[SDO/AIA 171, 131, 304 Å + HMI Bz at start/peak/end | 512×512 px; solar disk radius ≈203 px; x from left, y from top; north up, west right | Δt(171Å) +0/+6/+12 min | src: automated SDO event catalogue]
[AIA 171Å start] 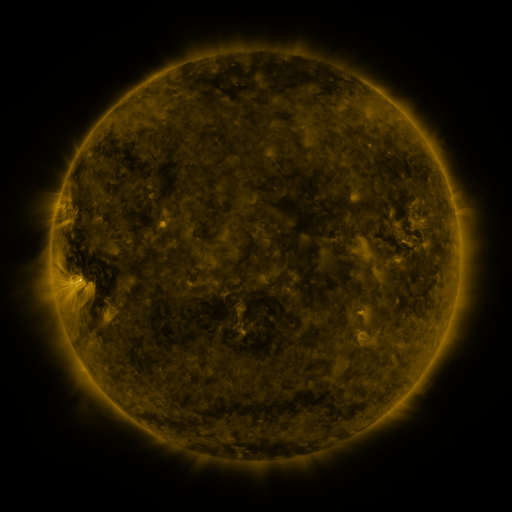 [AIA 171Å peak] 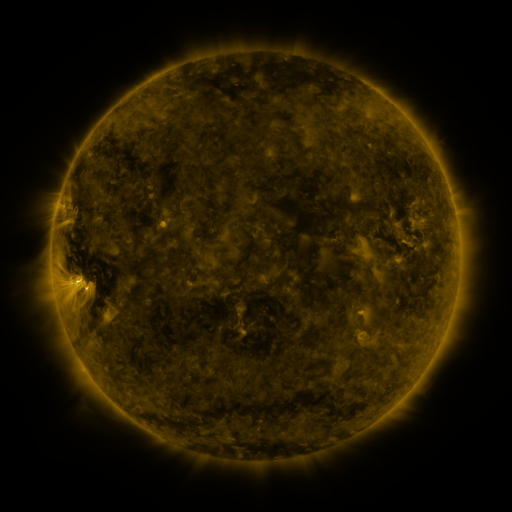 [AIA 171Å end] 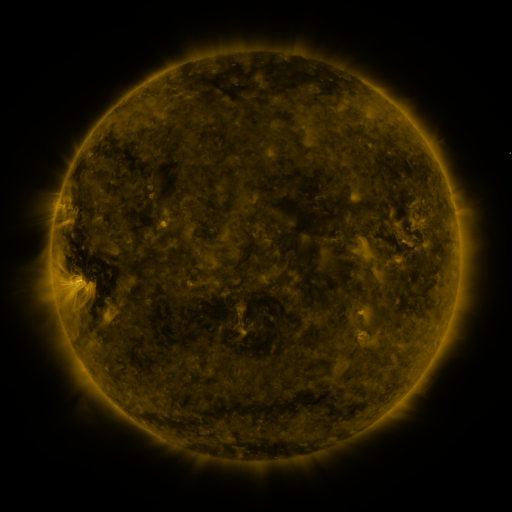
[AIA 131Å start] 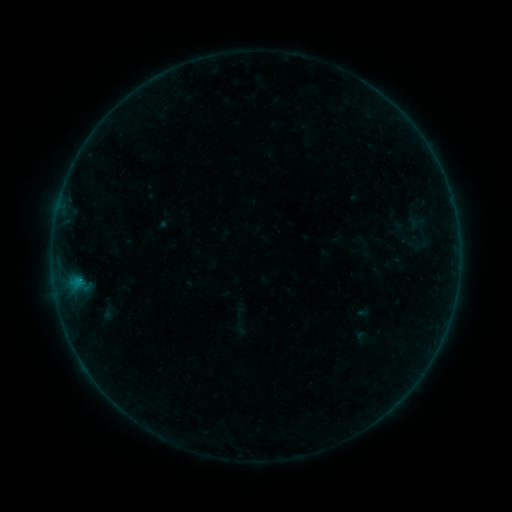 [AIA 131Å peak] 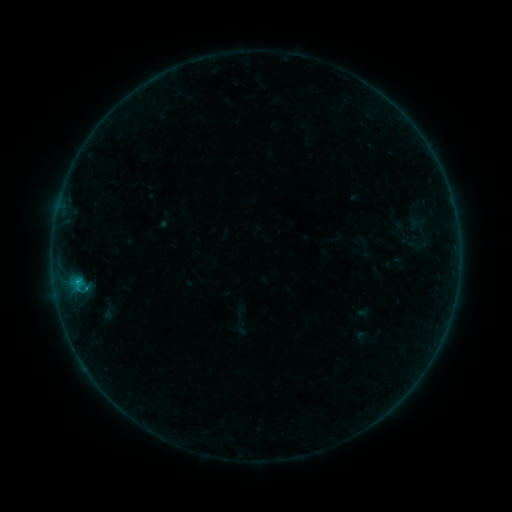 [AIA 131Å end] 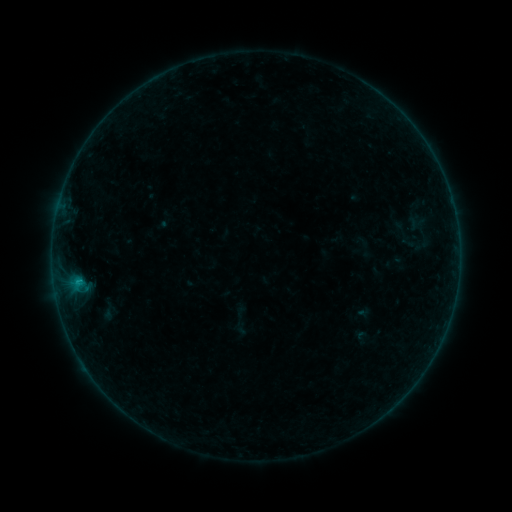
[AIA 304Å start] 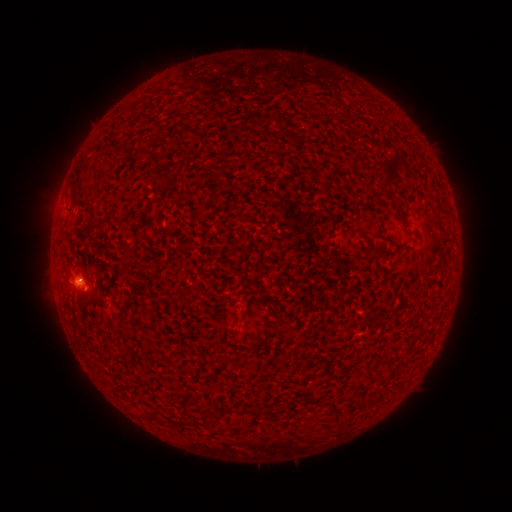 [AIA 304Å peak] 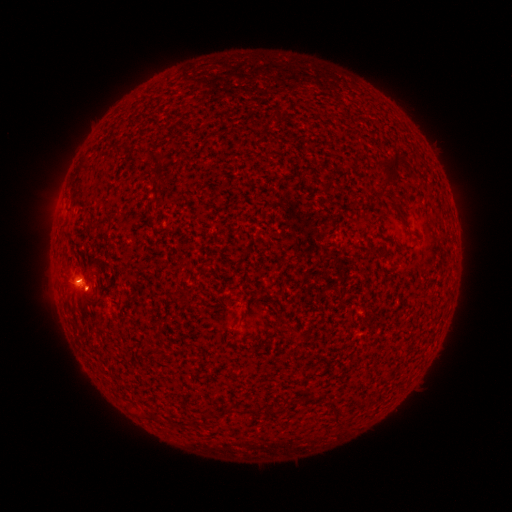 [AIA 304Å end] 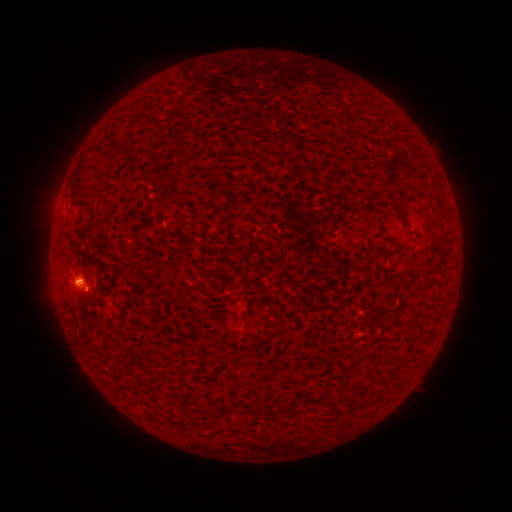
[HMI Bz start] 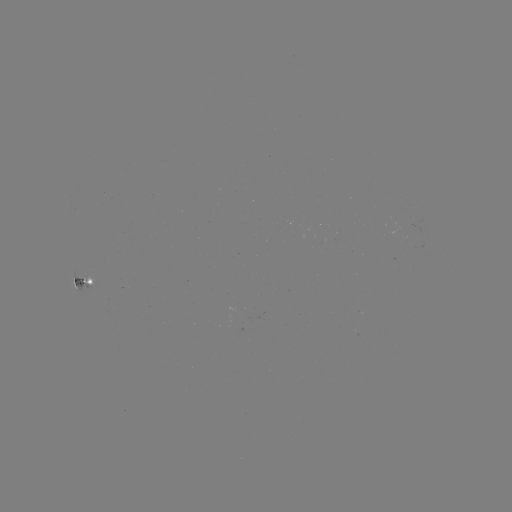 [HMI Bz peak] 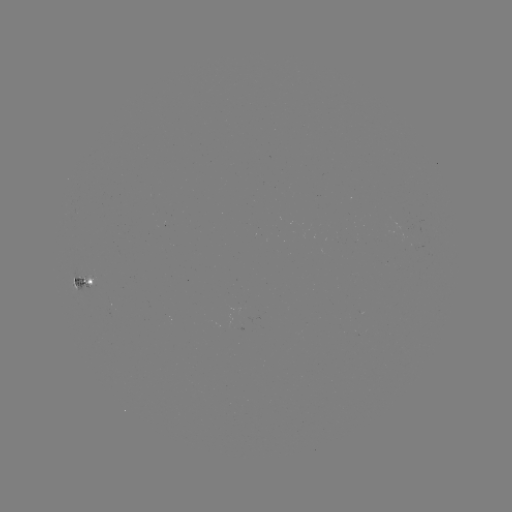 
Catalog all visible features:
B3.6 flare: (78, 279)
